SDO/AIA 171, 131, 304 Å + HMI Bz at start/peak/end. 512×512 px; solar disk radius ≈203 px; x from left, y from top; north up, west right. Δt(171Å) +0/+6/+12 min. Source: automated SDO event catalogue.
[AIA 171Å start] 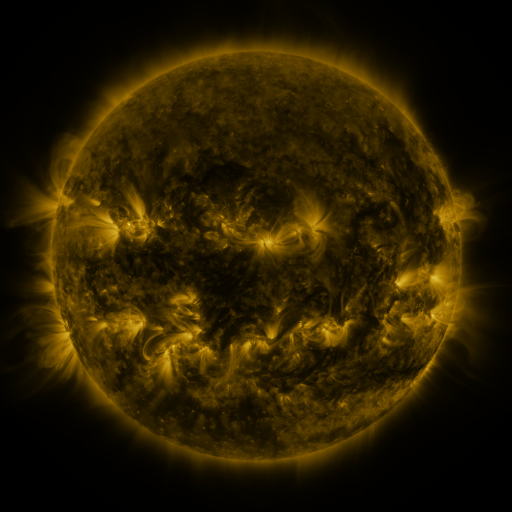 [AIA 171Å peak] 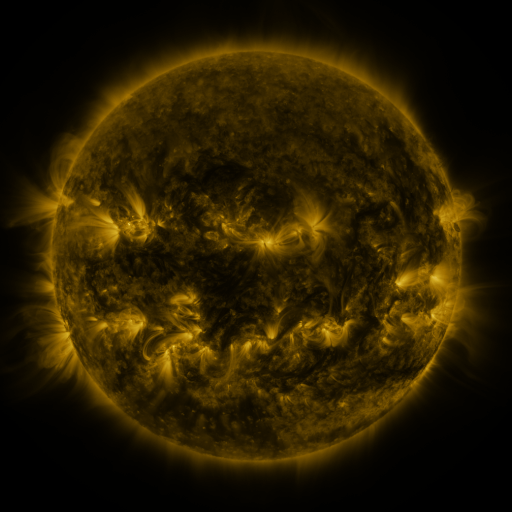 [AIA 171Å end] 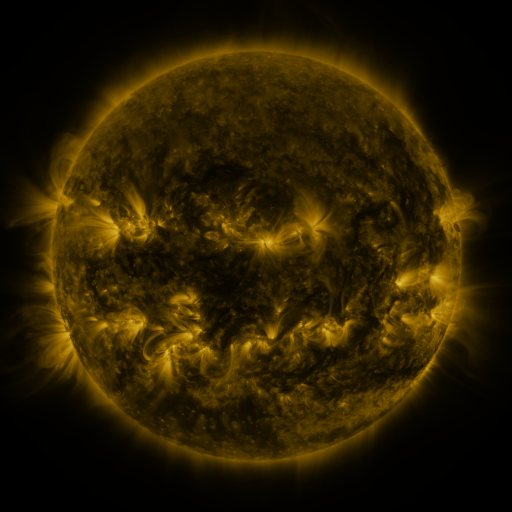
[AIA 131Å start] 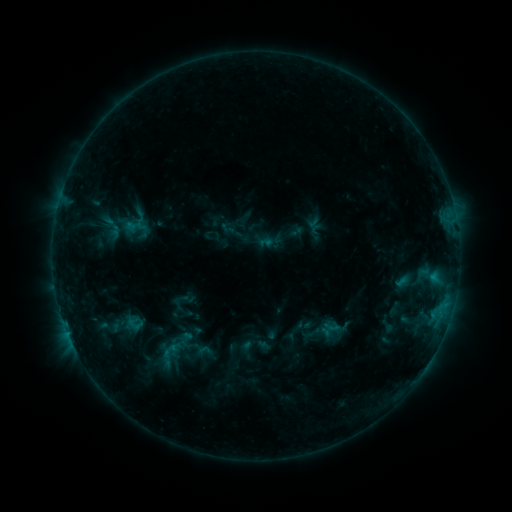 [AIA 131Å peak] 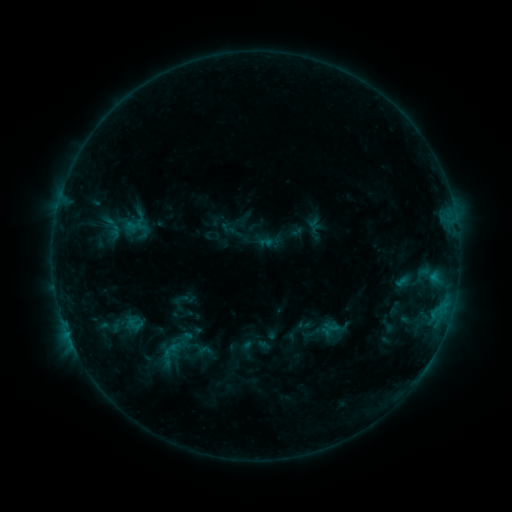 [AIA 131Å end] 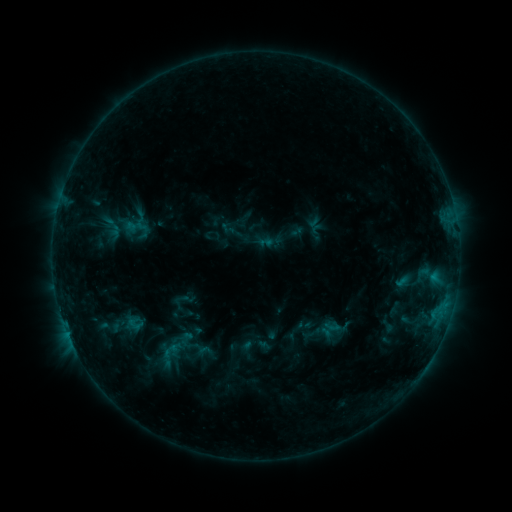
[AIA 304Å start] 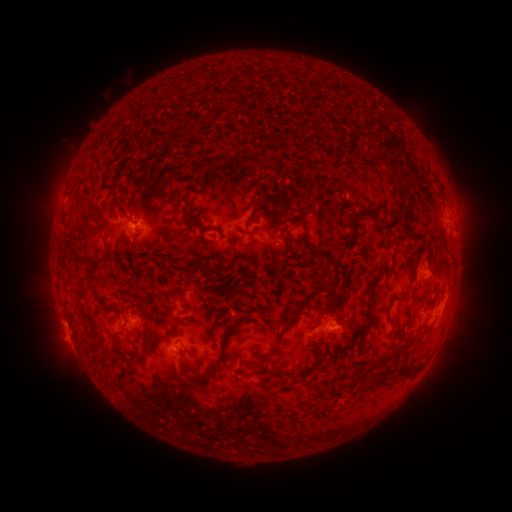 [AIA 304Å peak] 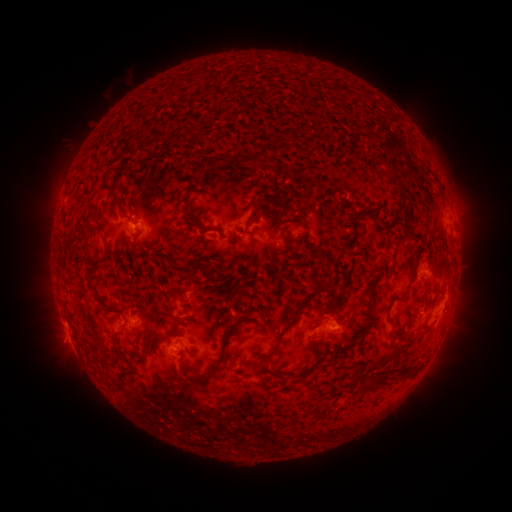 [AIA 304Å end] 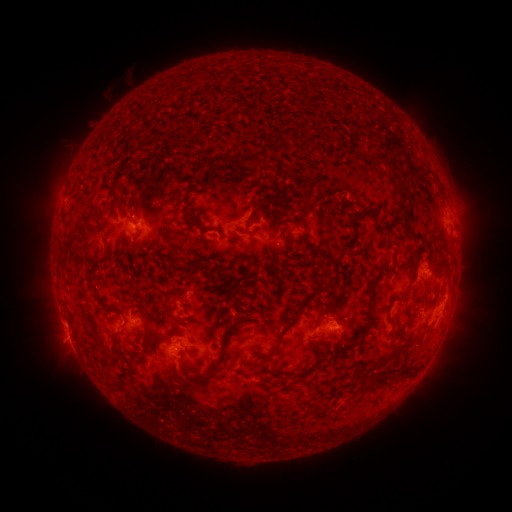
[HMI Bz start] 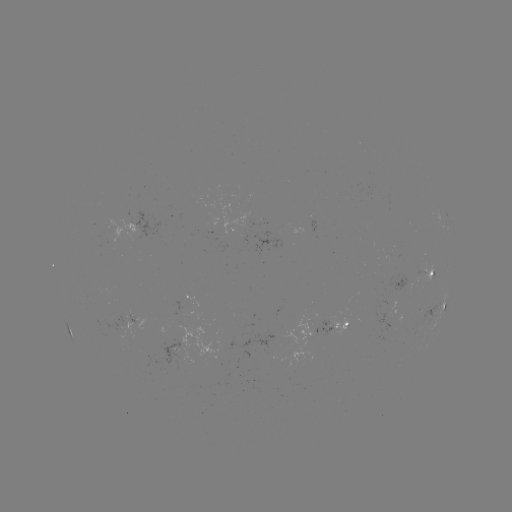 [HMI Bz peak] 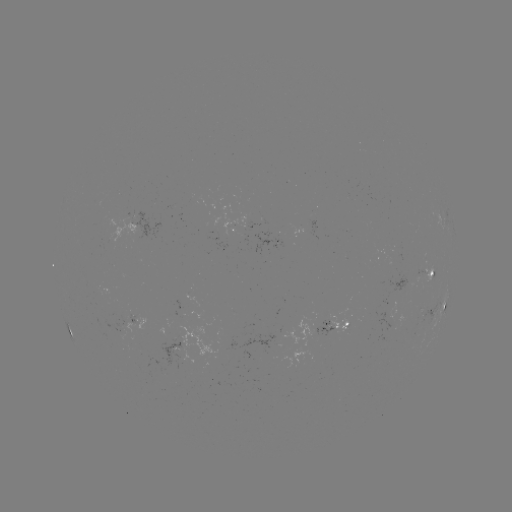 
nothing was catalogued: no classed flare, no EUV trigger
